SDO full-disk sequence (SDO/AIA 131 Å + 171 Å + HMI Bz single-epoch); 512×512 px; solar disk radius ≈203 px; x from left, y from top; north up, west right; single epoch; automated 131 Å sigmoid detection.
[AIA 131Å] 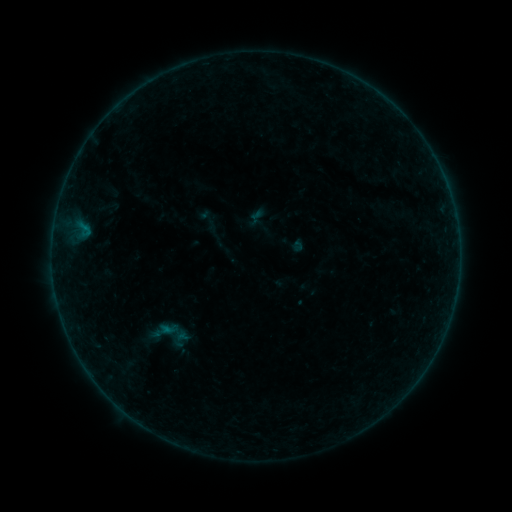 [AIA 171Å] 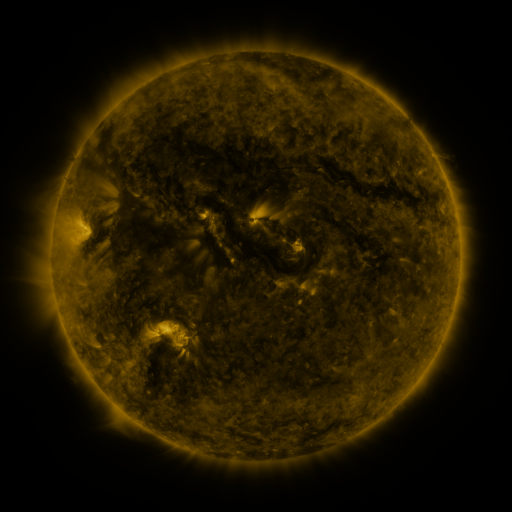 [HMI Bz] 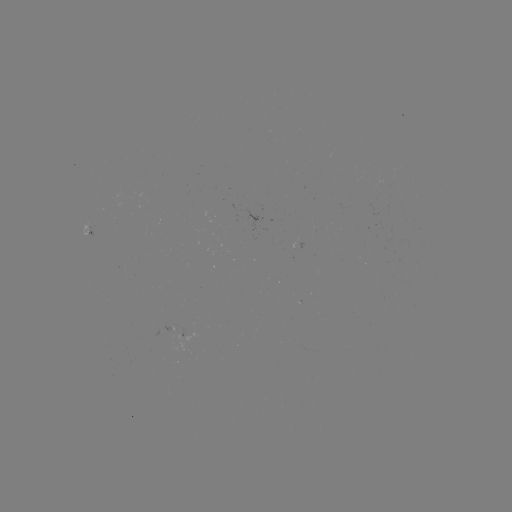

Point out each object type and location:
sigmoid: [129, 304, 201, 365]
